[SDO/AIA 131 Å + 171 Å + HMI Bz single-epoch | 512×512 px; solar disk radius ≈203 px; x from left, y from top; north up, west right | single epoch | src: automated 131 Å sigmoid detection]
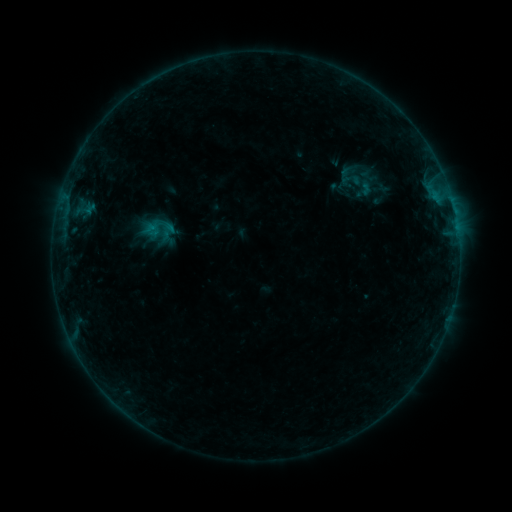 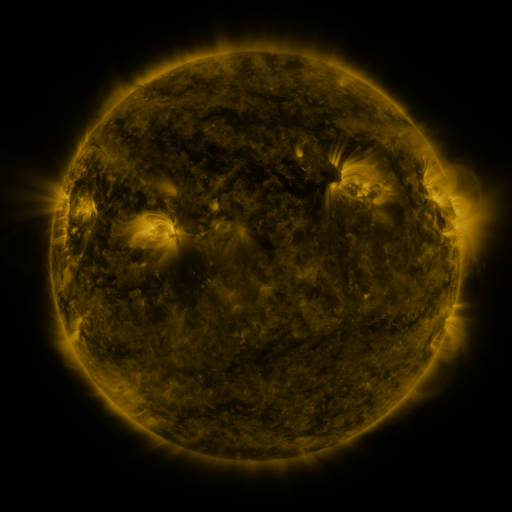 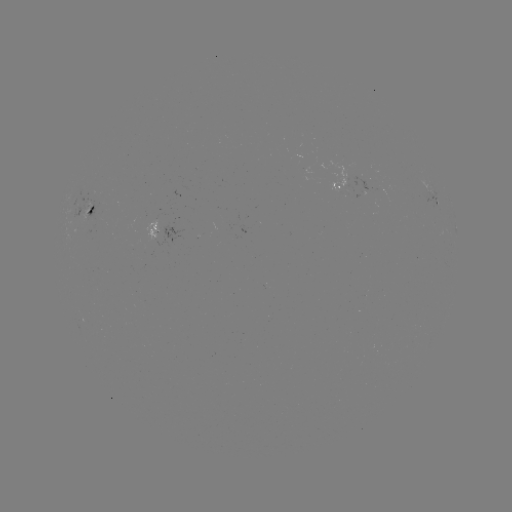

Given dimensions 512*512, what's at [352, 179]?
sigmoid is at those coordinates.